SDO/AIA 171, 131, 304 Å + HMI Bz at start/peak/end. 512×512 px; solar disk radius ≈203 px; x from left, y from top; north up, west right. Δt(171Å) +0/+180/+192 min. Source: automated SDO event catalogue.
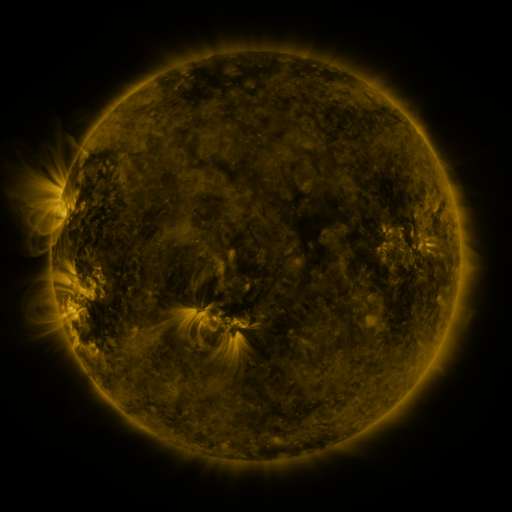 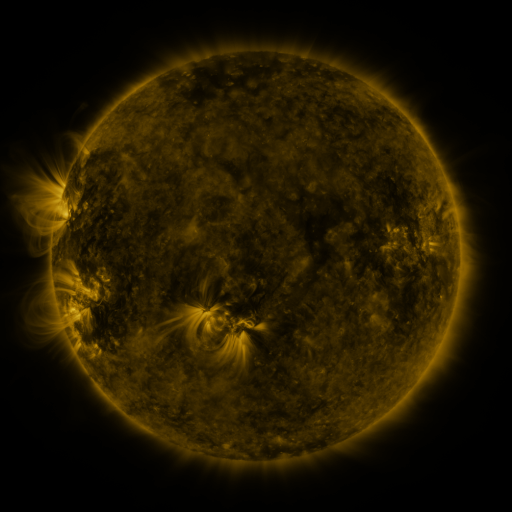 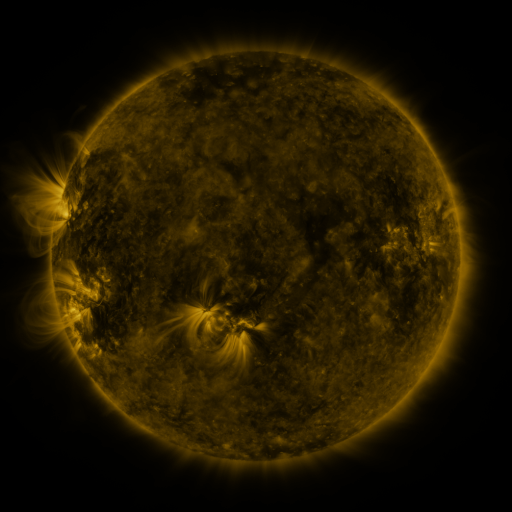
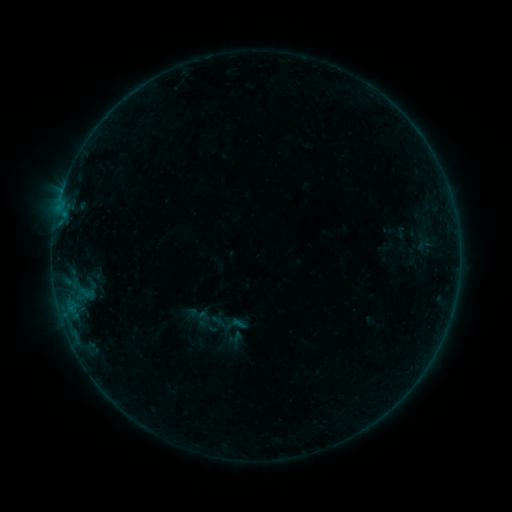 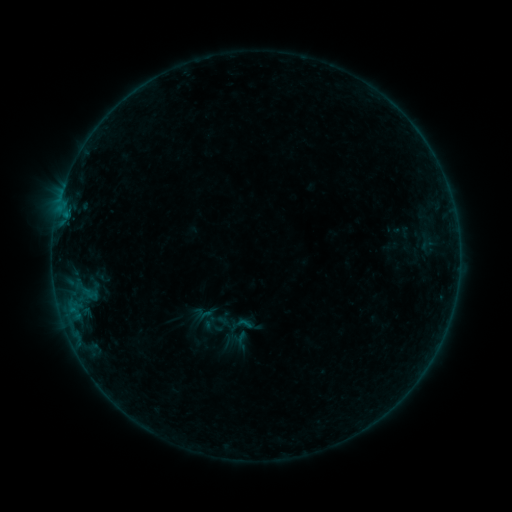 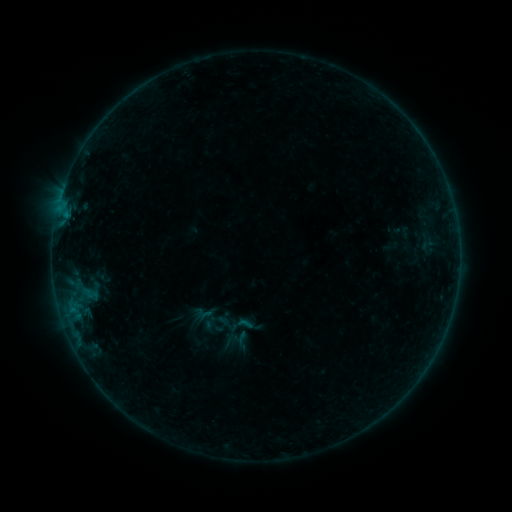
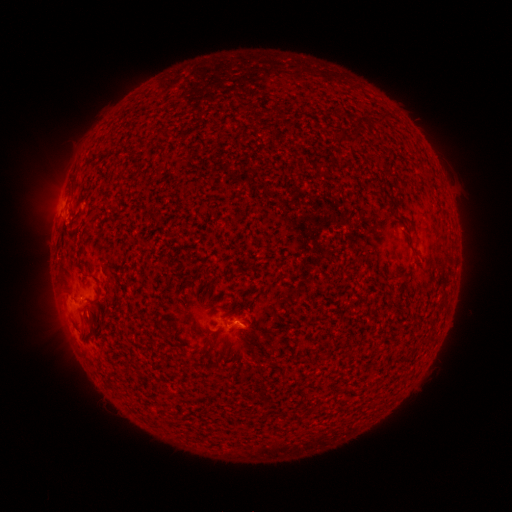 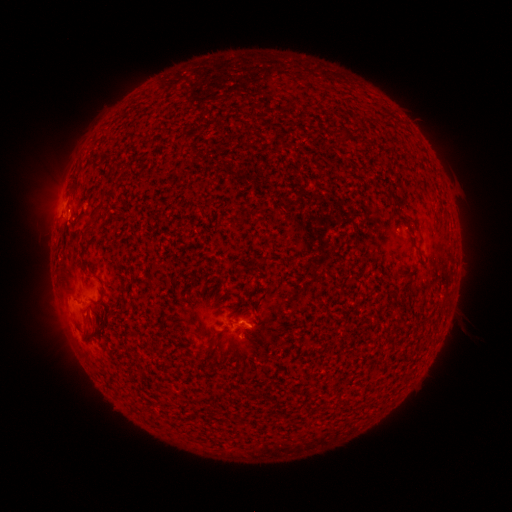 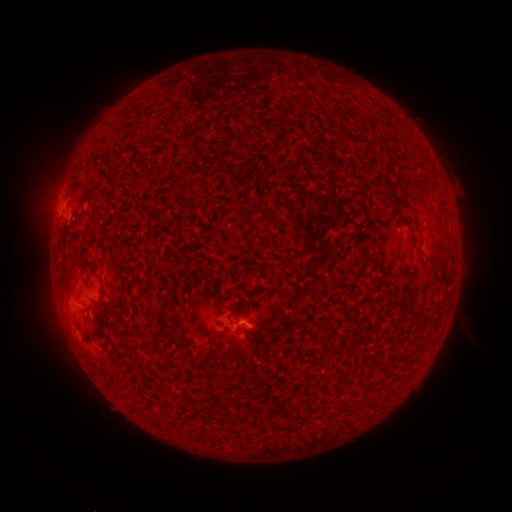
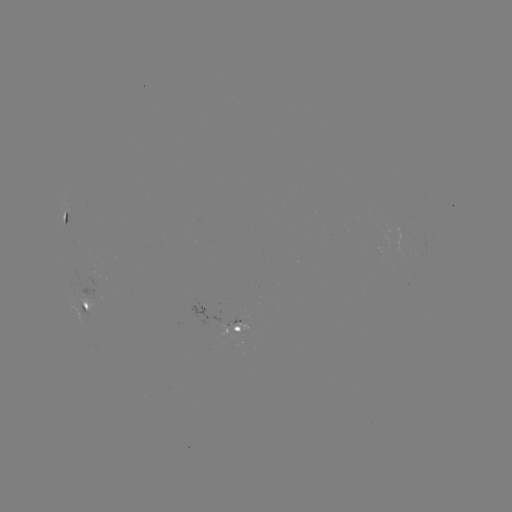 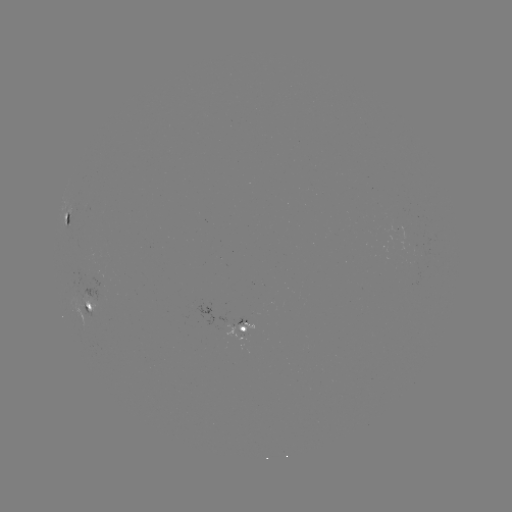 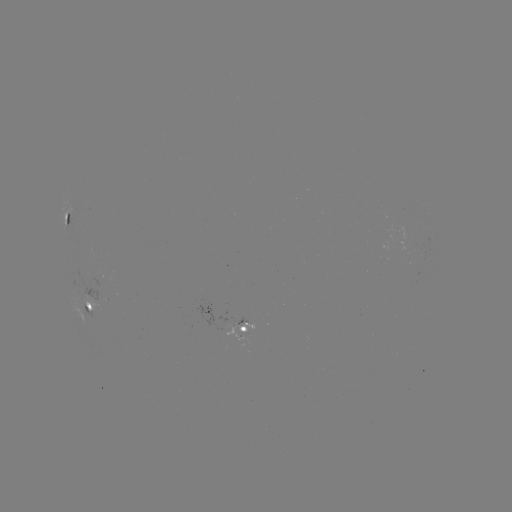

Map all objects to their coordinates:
emerging-flux region: (94, 280)
